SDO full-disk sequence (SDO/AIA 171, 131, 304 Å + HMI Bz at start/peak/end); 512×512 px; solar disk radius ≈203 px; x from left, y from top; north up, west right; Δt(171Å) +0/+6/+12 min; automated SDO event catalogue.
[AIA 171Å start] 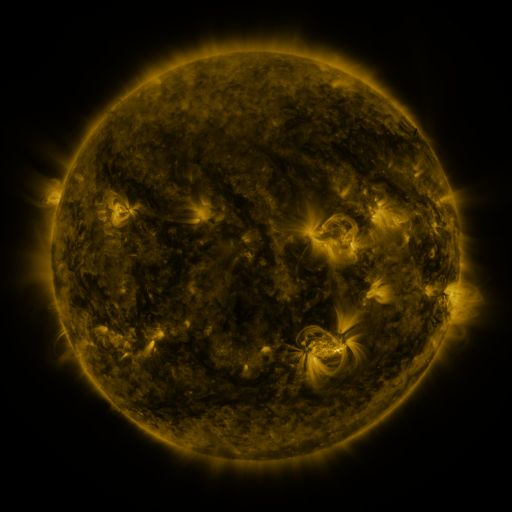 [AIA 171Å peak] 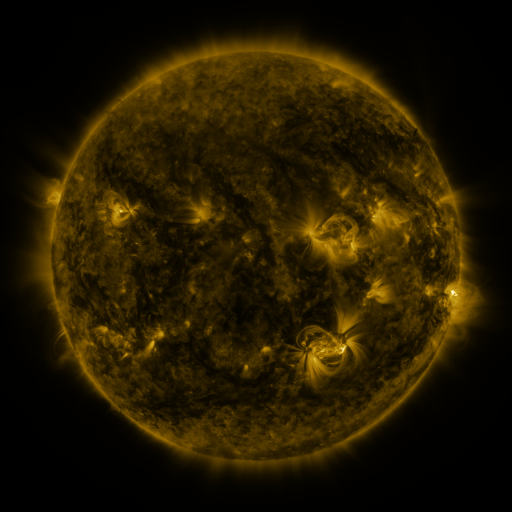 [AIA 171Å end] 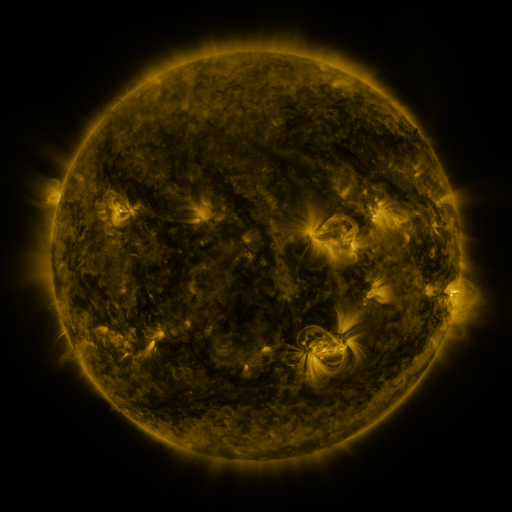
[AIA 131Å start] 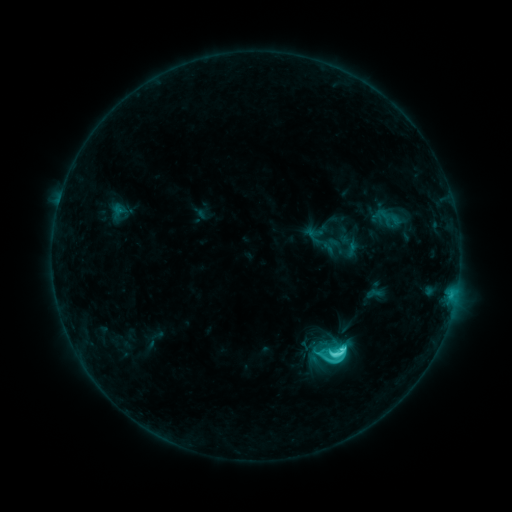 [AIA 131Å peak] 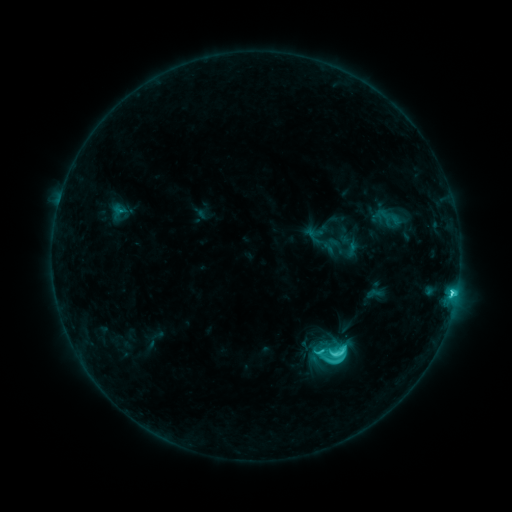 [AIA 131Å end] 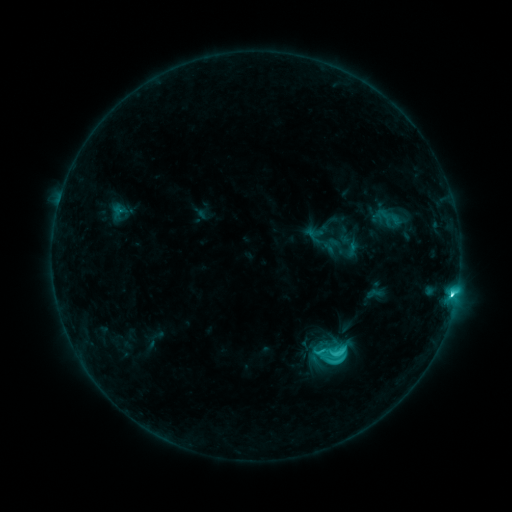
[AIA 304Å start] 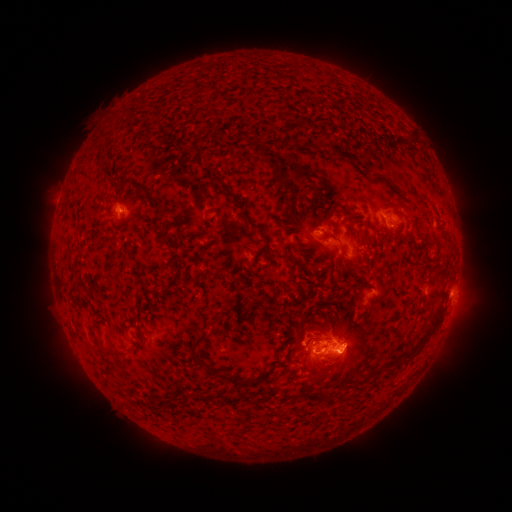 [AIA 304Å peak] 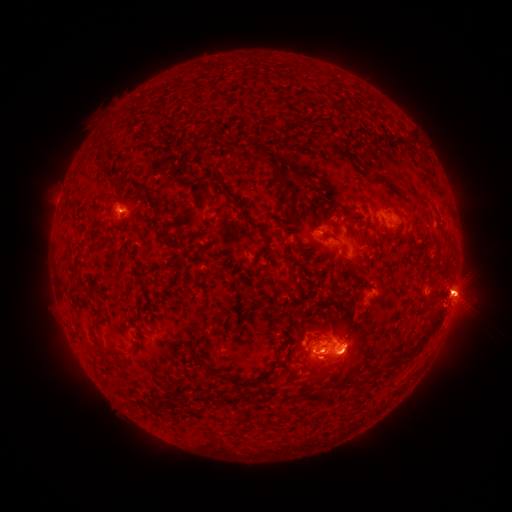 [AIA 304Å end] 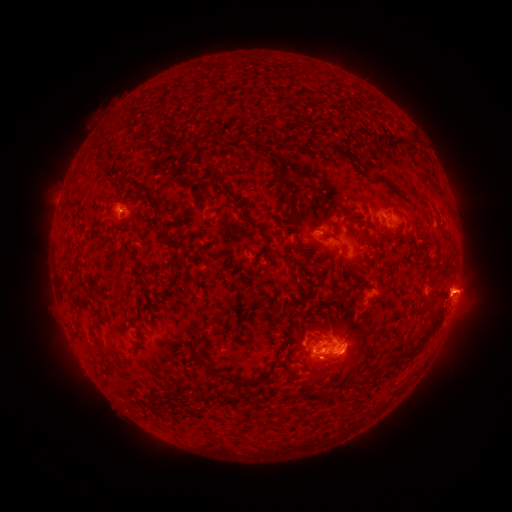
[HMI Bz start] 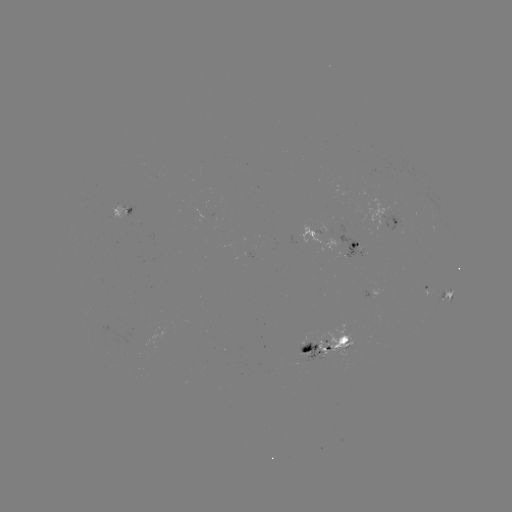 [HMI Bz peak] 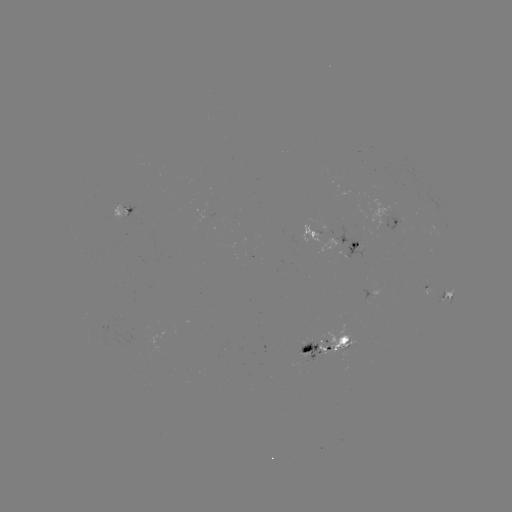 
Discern C8.1 flare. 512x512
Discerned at (450, 293).